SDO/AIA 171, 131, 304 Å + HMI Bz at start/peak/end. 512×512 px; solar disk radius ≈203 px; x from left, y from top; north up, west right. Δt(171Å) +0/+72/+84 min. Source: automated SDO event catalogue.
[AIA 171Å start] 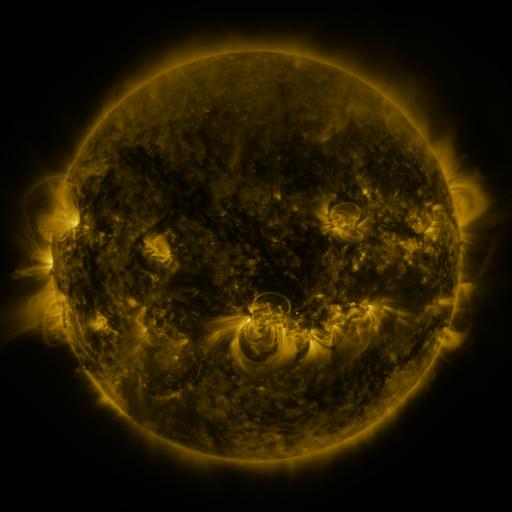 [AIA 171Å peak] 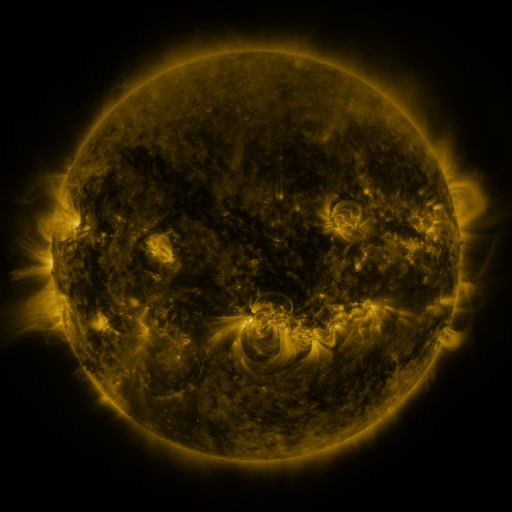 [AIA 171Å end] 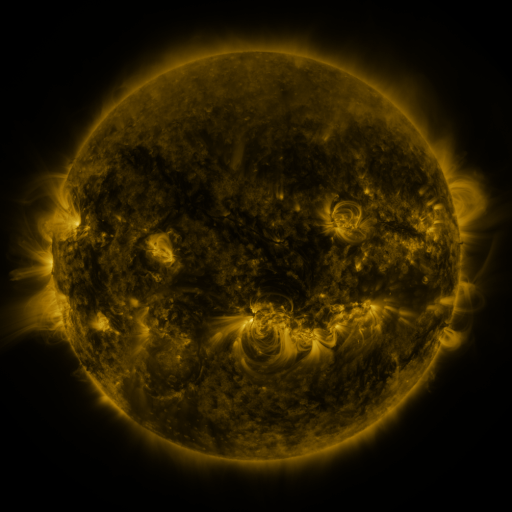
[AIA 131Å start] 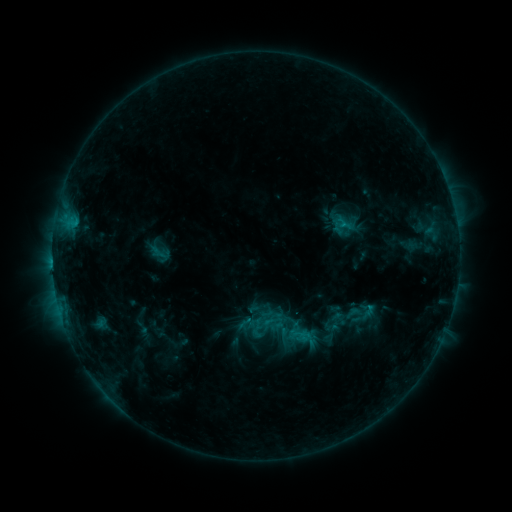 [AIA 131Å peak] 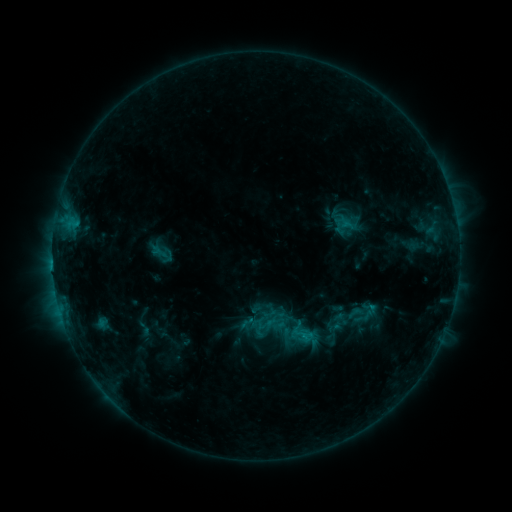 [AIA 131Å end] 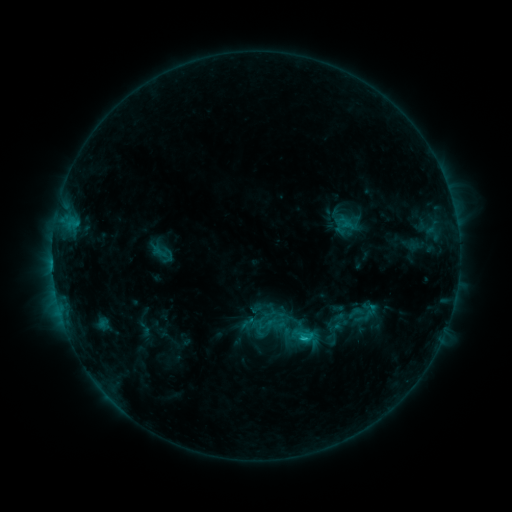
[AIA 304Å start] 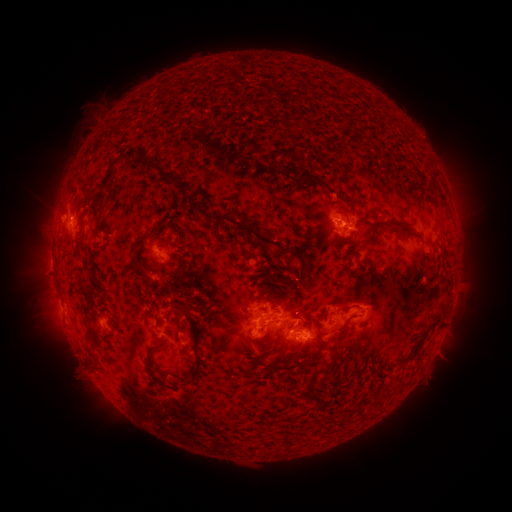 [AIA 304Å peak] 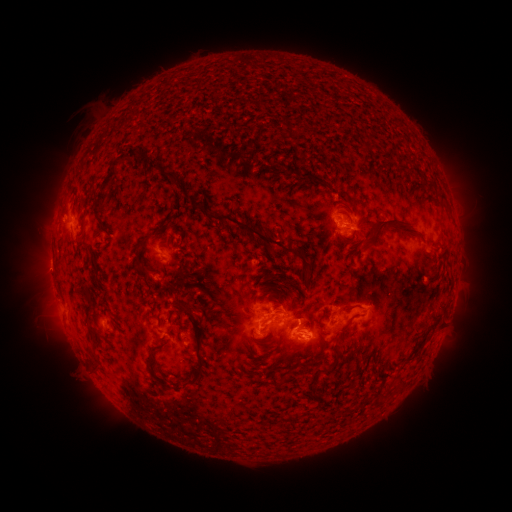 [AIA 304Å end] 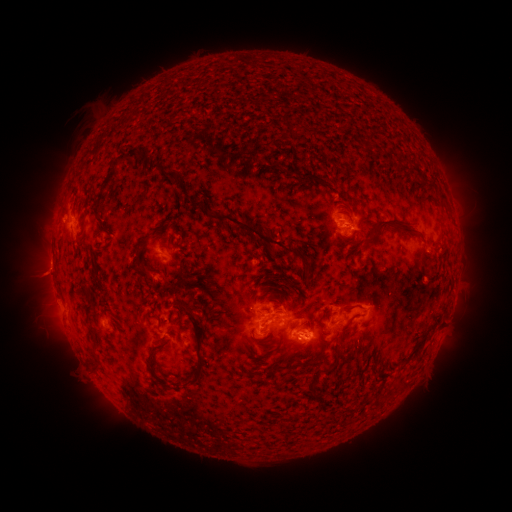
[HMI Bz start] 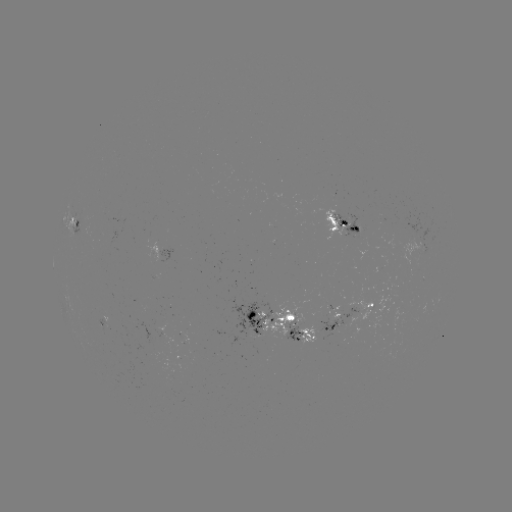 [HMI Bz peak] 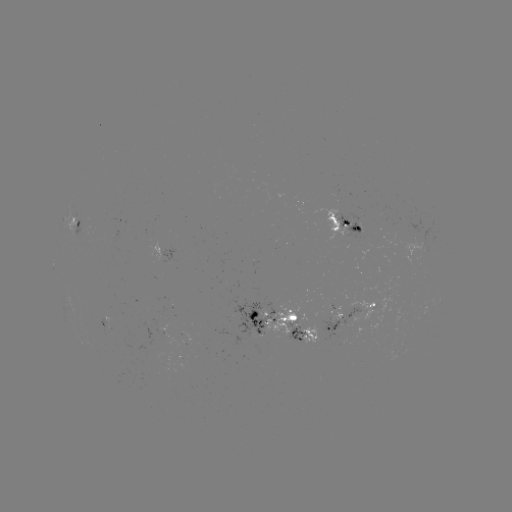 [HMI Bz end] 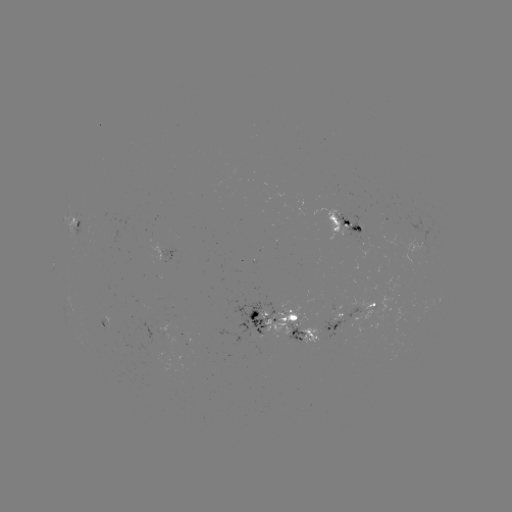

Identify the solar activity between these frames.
emerging-flux region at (296, 329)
